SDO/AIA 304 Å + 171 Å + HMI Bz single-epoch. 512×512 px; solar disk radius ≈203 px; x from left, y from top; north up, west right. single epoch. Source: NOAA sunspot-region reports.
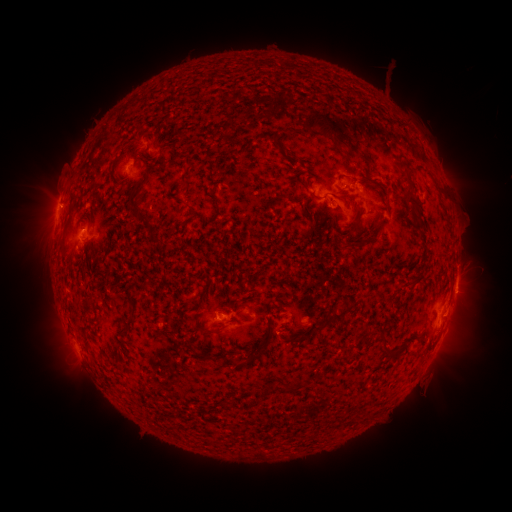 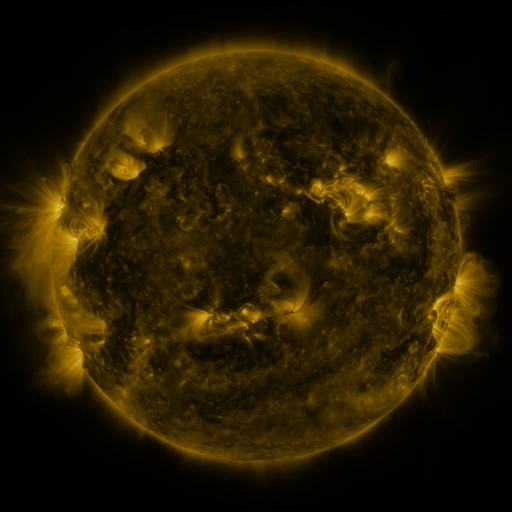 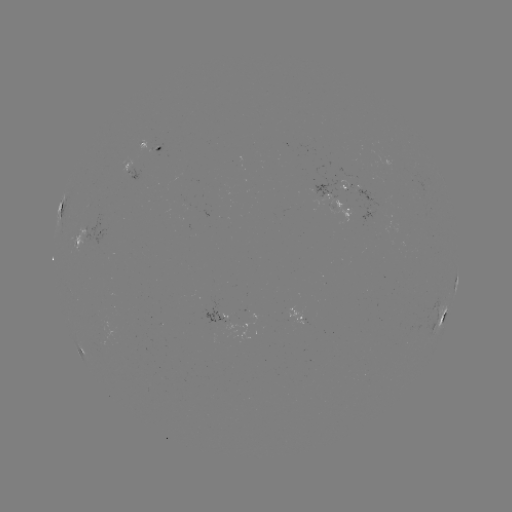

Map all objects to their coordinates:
spotted active region: (152, 146)
spotted active region: (129, 165)
spotted active region: (362, 187)
spotted active region: (340, 203)
spotted active region: (65, 214)
spotted active region: (87, 235)
spotted active region: (456, 283)
spotted active region: (239, 315)
spotted active region: (443, 316)
spotted active region: (305, 319)
